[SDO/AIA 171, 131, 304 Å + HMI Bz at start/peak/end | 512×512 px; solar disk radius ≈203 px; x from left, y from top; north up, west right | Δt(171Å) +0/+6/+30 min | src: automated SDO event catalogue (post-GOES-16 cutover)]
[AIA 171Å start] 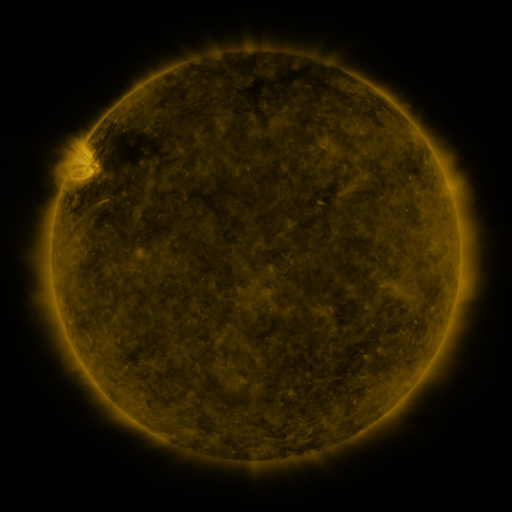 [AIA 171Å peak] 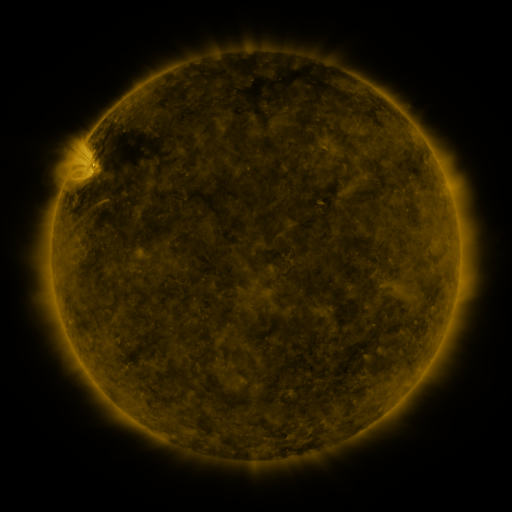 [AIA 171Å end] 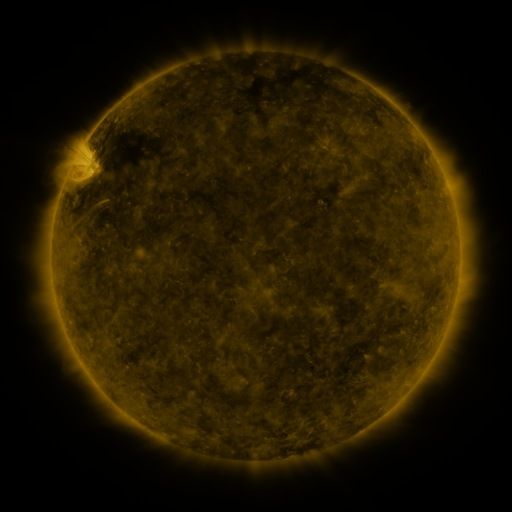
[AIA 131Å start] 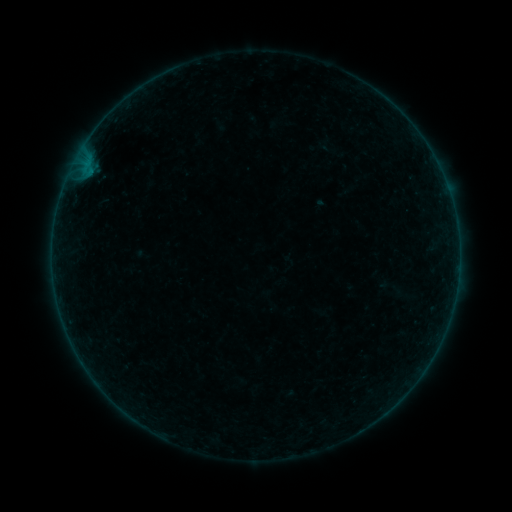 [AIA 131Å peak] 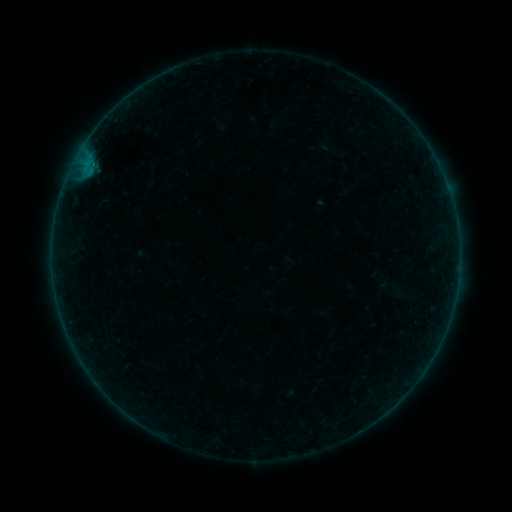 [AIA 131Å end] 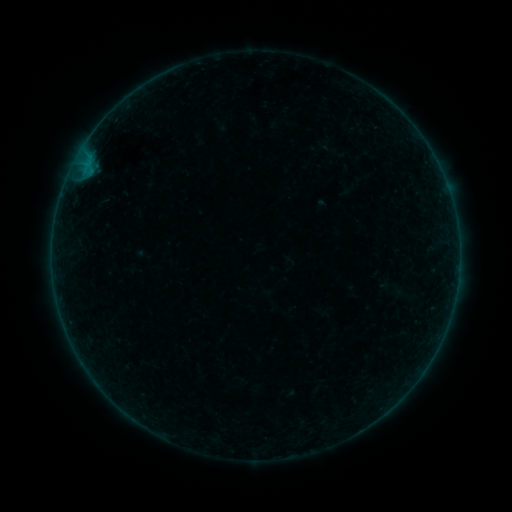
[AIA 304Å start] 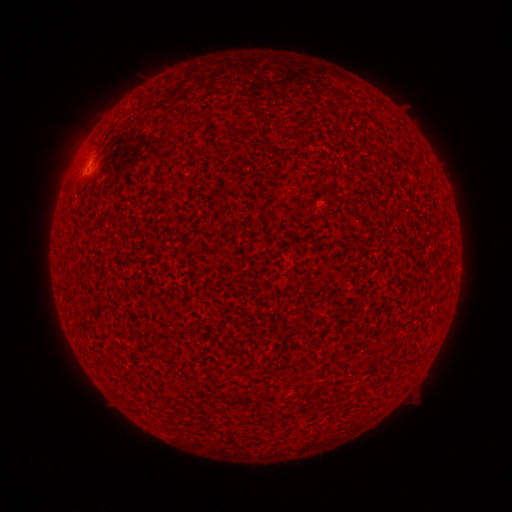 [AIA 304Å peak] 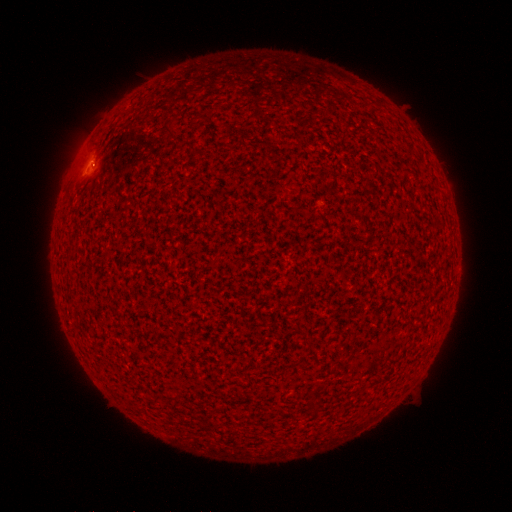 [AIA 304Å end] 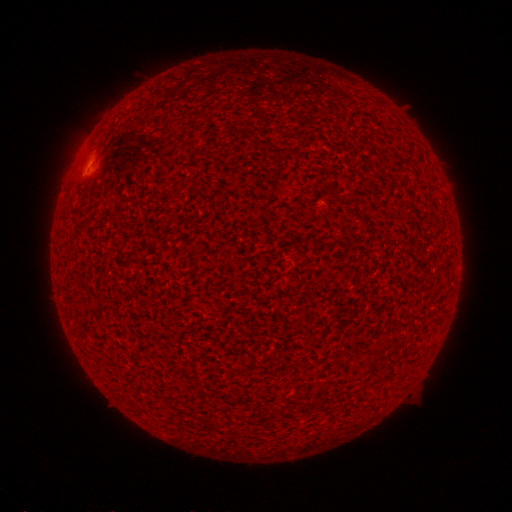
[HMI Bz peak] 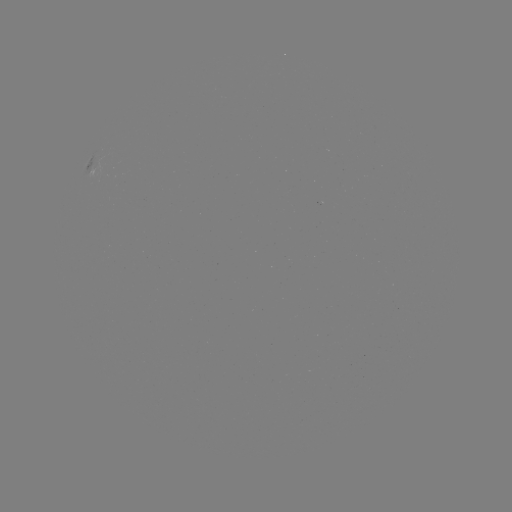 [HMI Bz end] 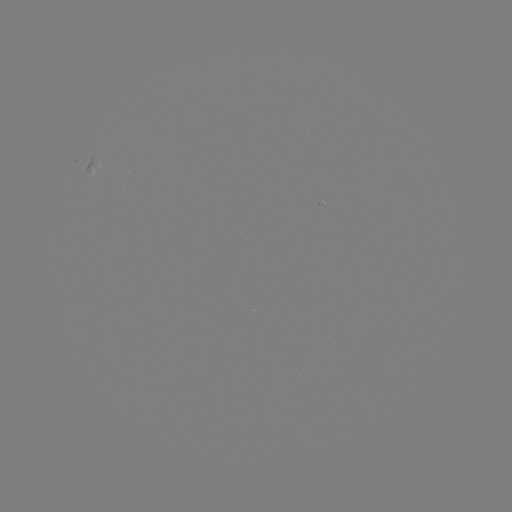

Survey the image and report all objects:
A7.8 flare: (93, 163)
